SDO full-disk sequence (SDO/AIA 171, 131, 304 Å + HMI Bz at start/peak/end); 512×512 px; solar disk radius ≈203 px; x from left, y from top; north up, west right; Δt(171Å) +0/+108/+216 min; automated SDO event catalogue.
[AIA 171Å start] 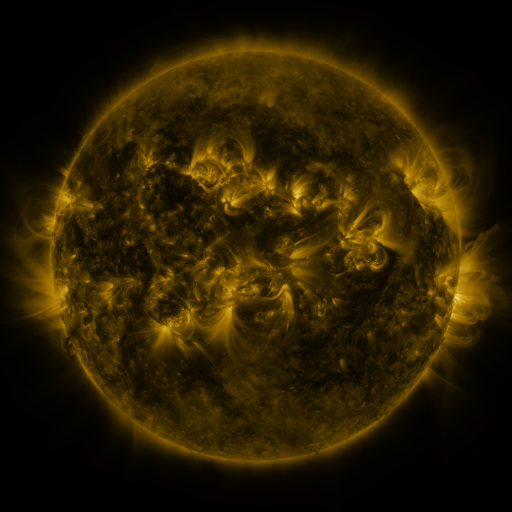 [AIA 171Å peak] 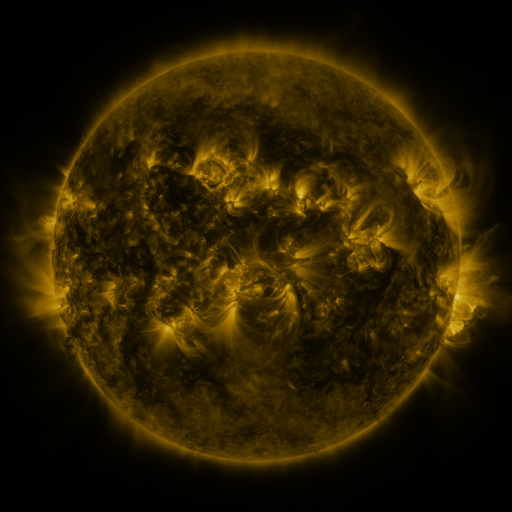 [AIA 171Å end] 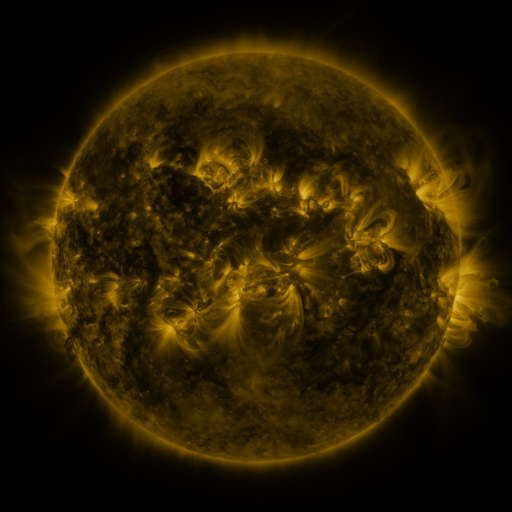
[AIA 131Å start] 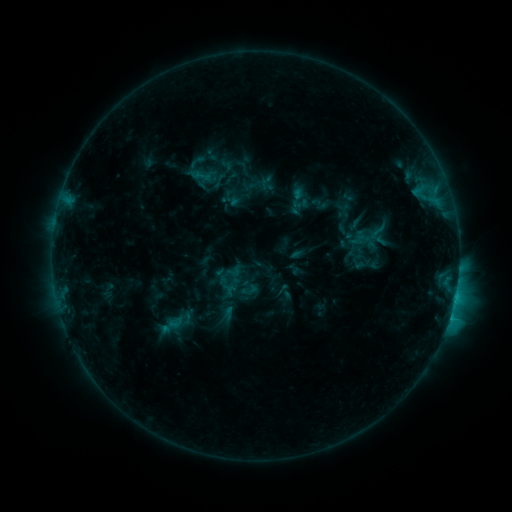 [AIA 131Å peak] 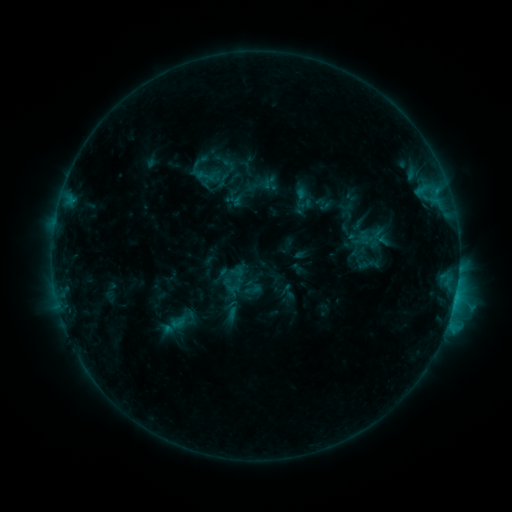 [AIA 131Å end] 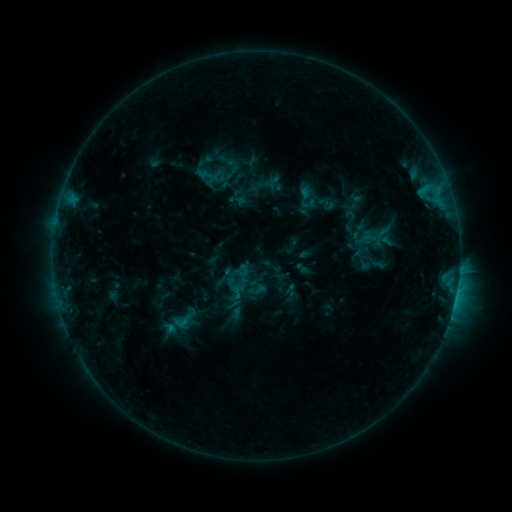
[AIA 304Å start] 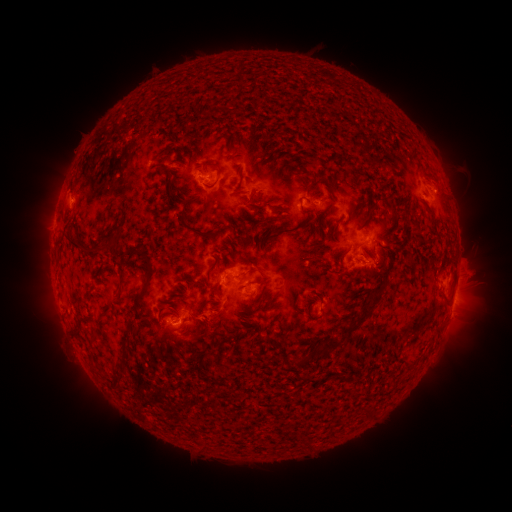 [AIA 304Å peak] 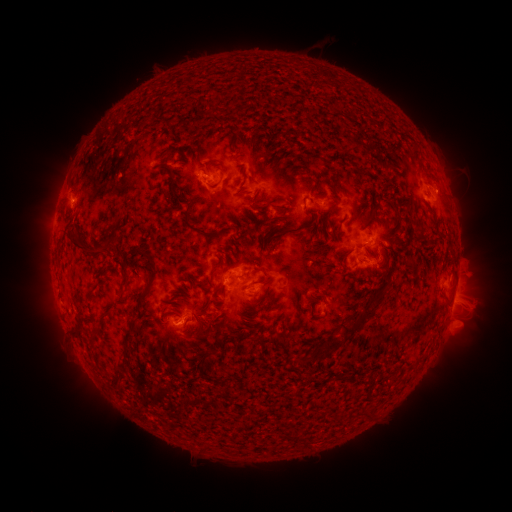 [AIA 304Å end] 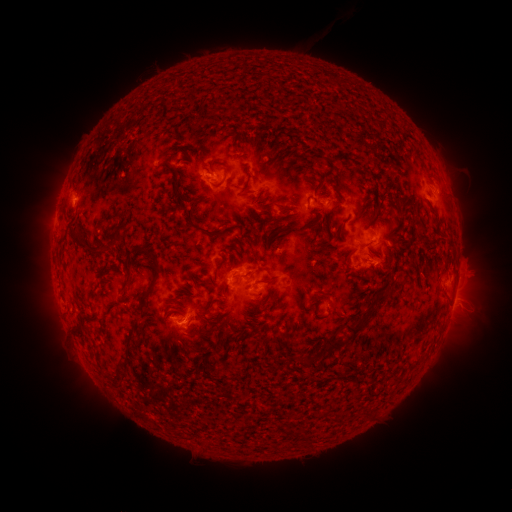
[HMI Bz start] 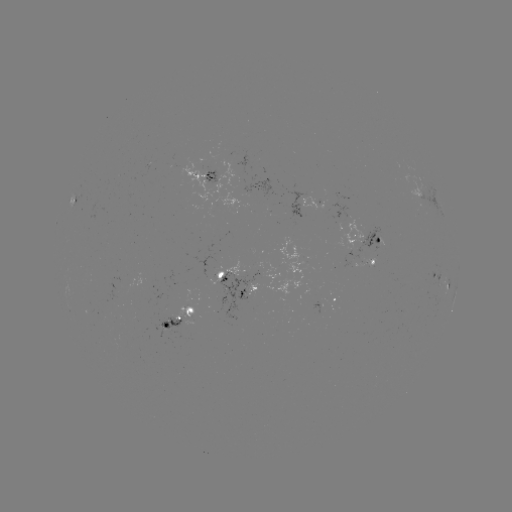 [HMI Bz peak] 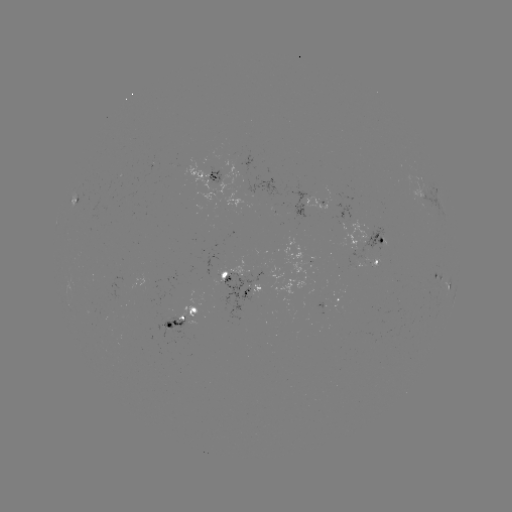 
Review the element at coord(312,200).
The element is emerging-flux region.